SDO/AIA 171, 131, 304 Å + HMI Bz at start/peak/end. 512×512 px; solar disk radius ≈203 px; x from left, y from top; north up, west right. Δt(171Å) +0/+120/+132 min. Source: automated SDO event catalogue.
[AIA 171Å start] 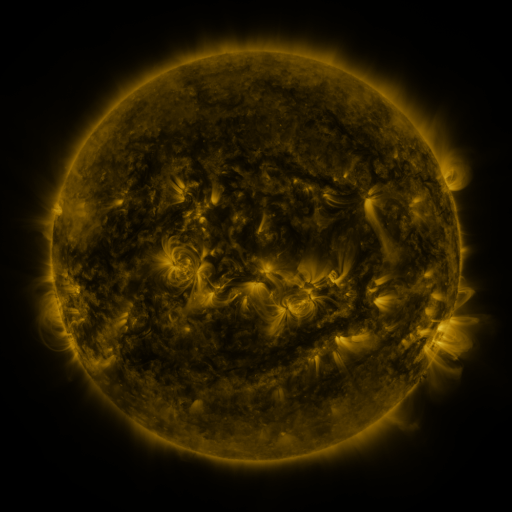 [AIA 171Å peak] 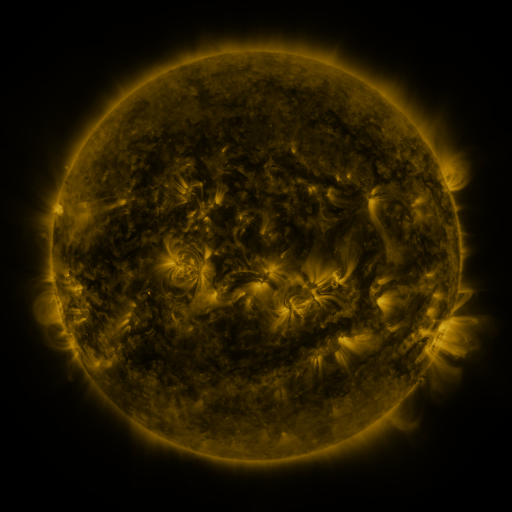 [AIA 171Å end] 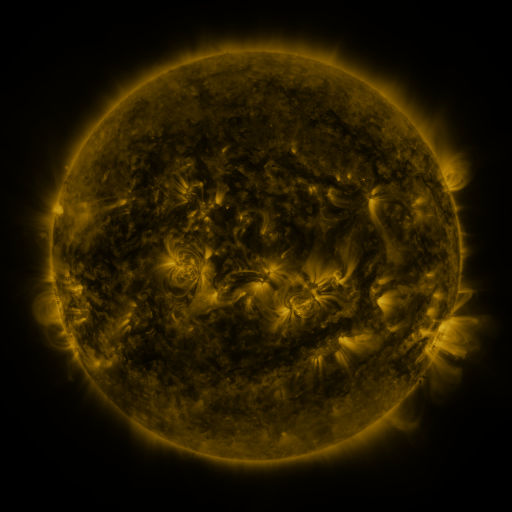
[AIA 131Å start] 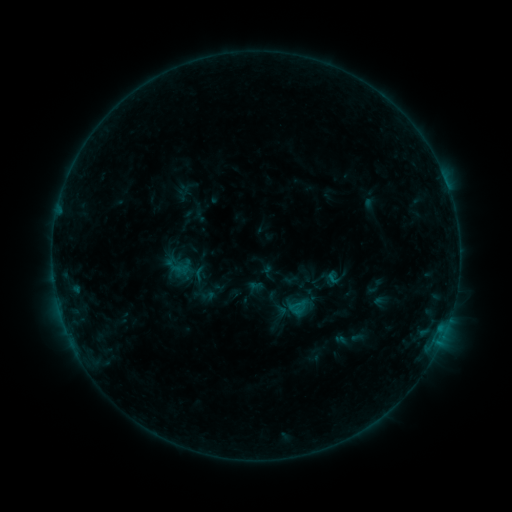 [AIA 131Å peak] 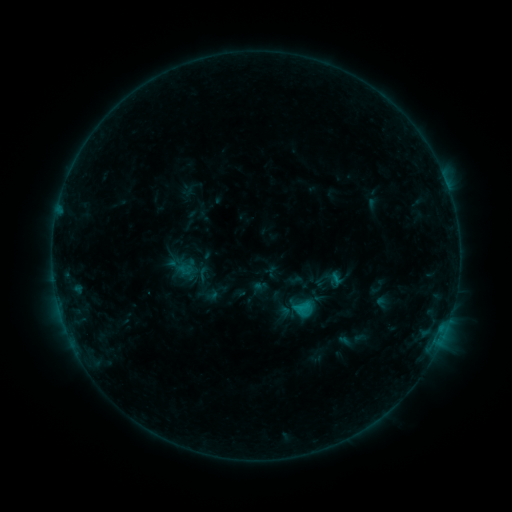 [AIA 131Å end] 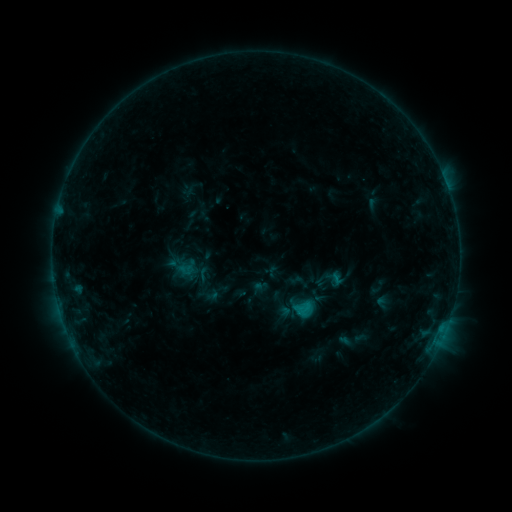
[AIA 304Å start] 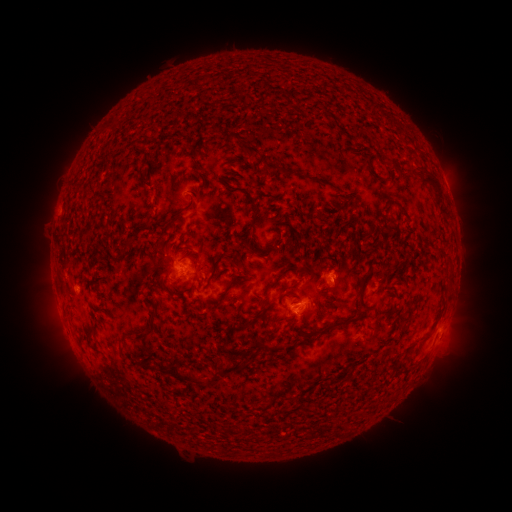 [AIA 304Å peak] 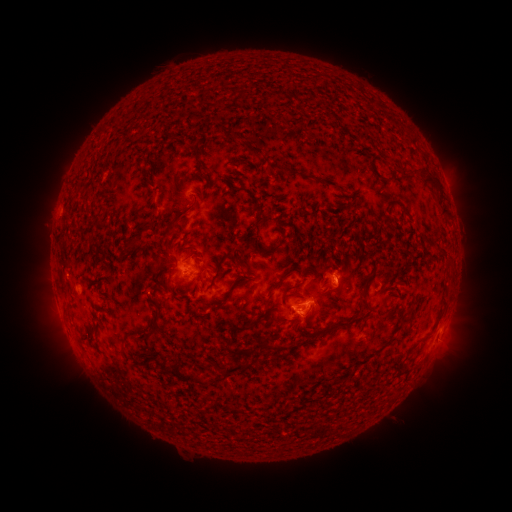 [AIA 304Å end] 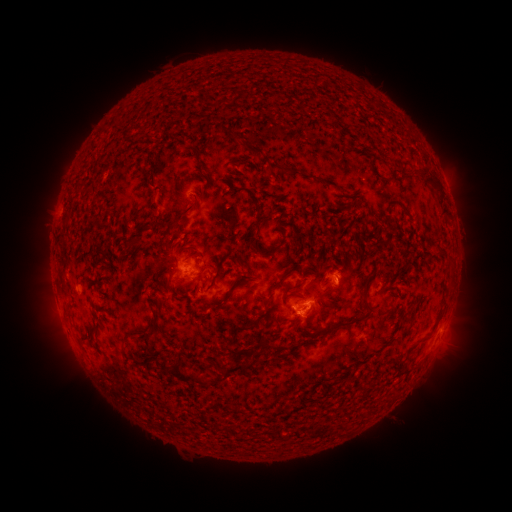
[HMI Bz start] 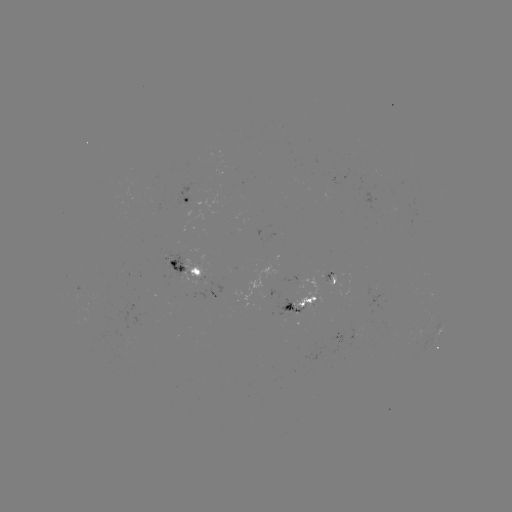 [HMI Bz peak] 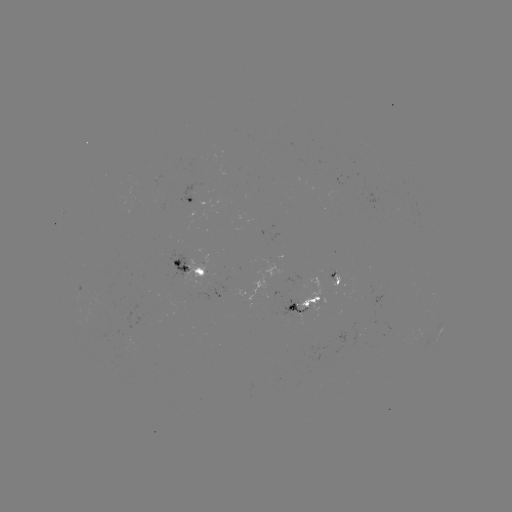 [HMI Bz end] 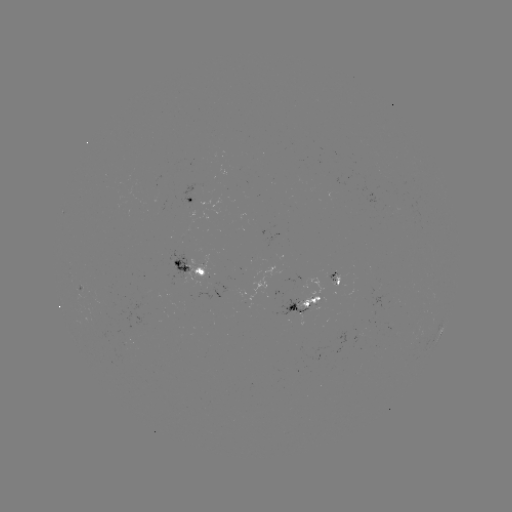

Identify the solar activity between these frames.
emerging-flux region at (298, 310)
